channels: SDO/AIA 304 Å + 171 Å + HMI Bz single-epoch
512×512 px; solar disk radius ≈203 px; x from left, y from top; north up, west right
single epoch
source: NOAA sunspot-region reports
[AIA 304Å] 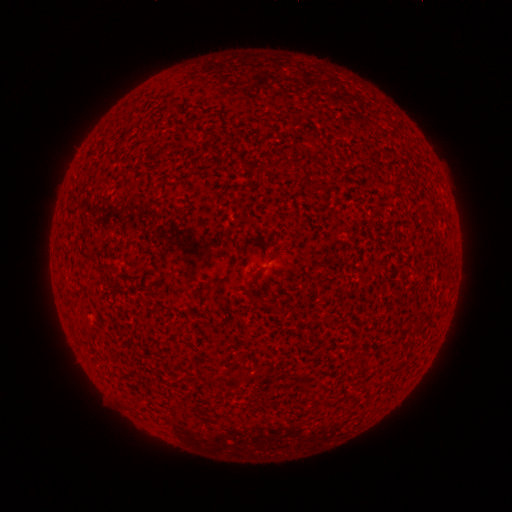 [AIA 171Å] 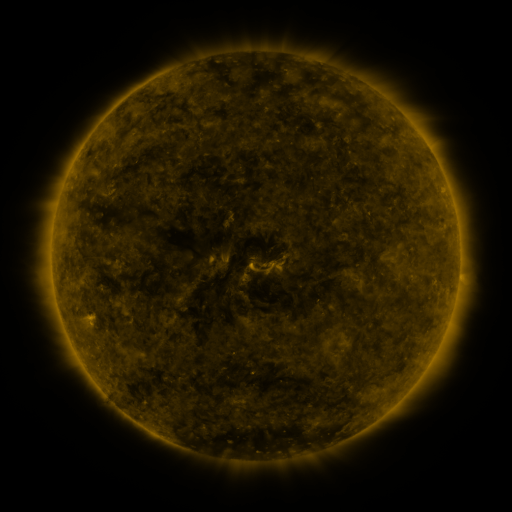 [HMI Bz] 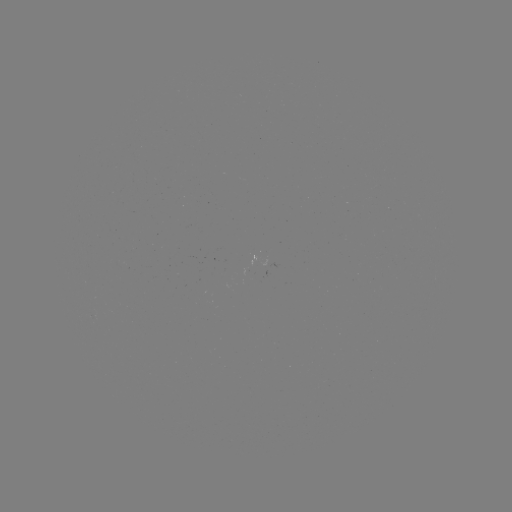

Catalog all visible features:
(none)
